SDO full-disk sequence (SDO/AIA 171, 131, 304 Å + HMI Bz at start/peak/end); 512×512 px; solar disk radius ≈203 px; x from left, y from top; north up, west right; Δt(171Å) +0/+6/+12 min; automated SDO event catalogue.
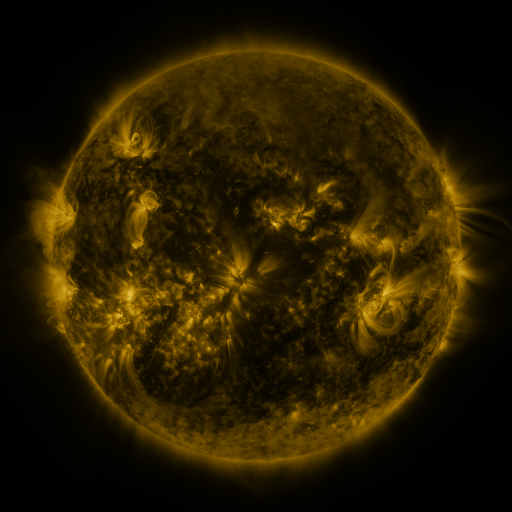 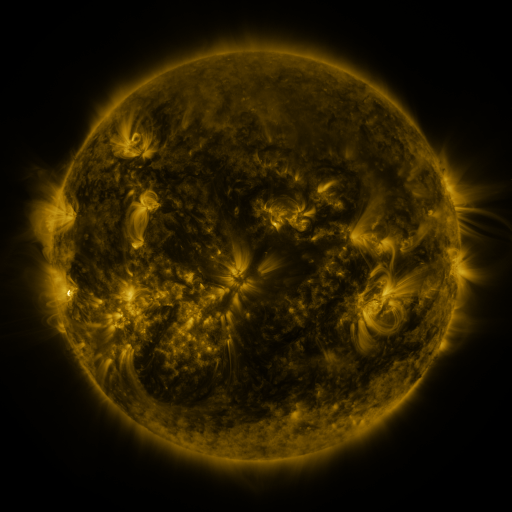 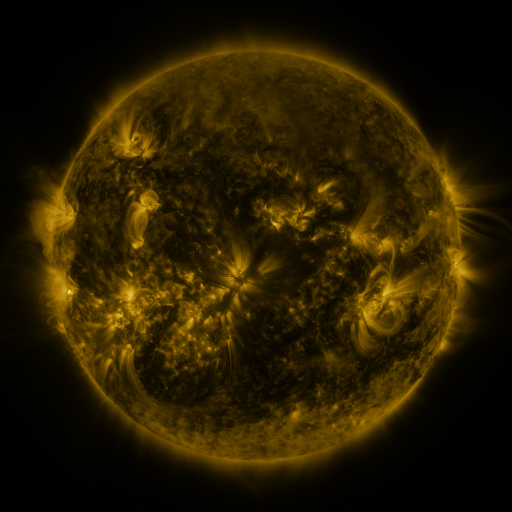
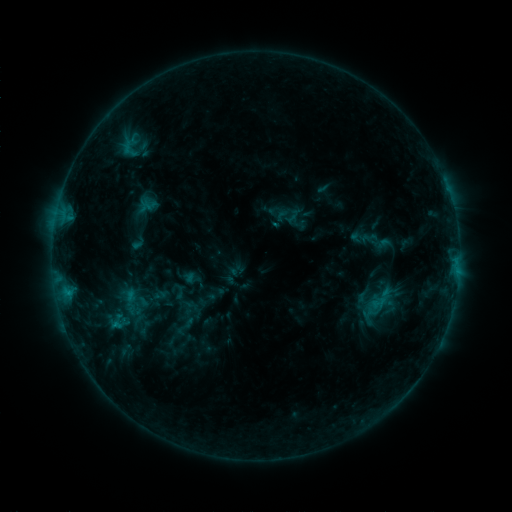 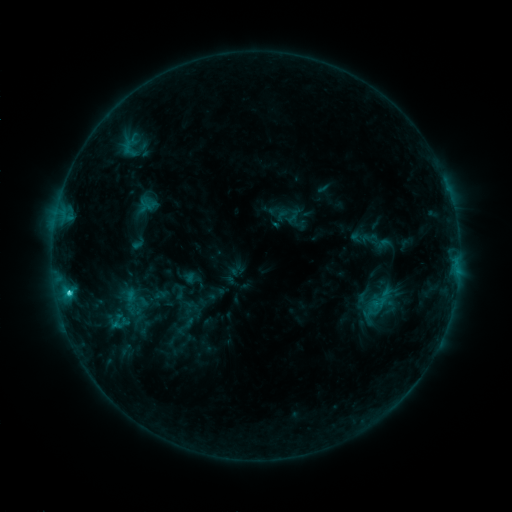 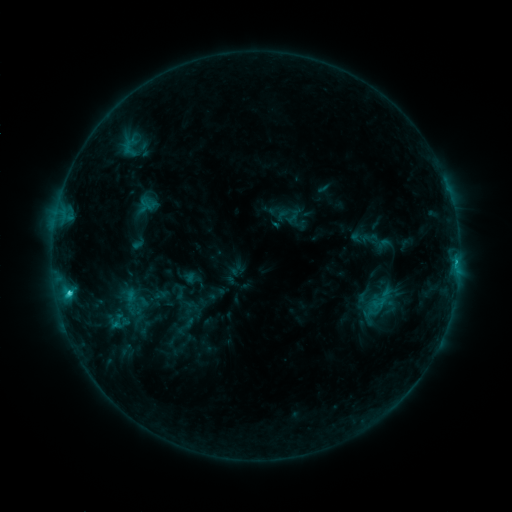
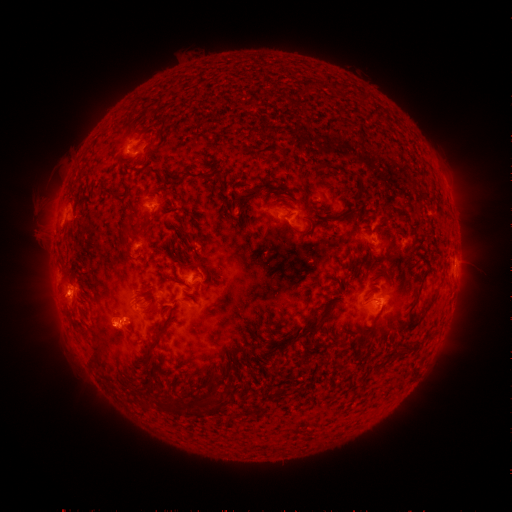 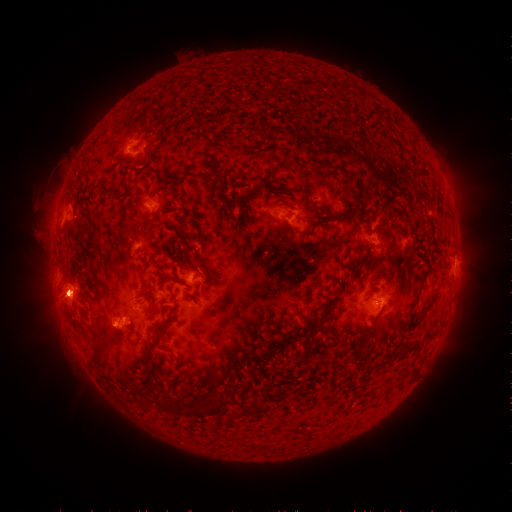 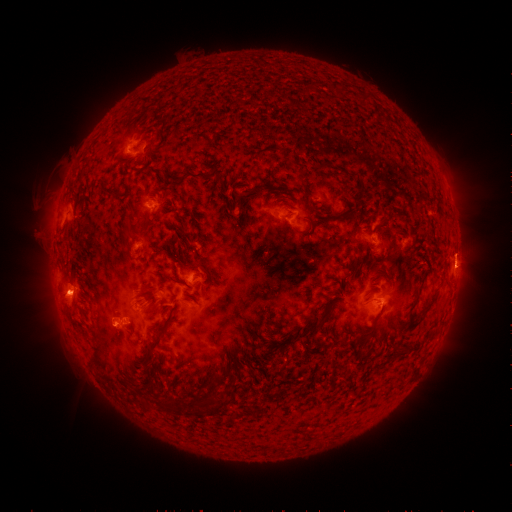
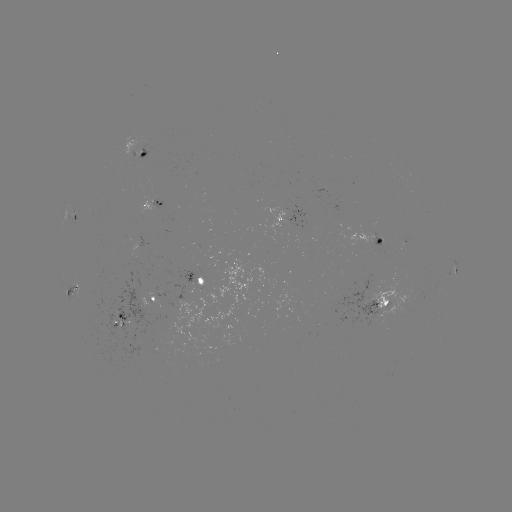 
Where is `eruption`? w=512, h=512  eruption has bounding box [36, 270, 88, 325].